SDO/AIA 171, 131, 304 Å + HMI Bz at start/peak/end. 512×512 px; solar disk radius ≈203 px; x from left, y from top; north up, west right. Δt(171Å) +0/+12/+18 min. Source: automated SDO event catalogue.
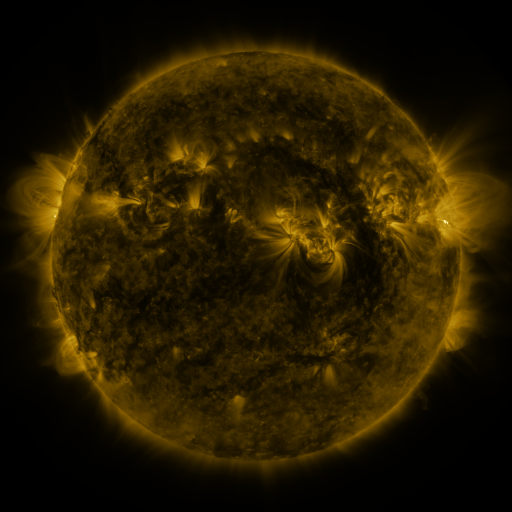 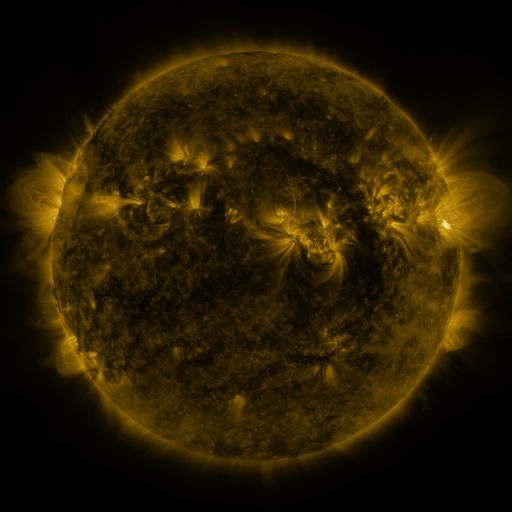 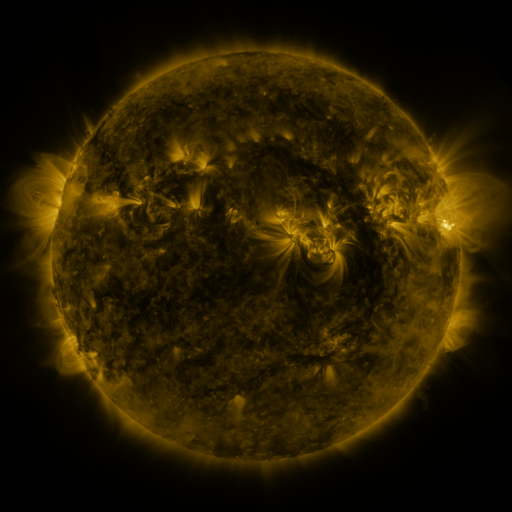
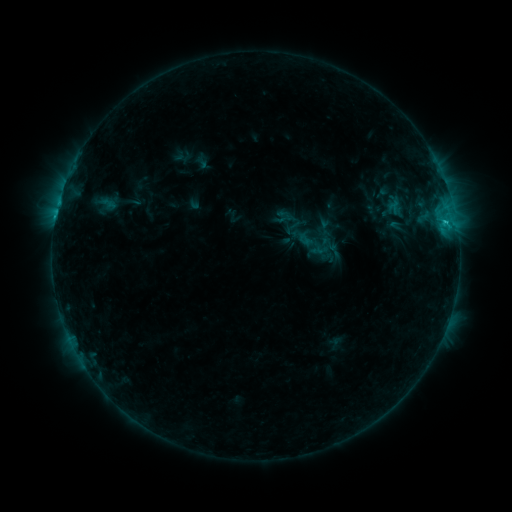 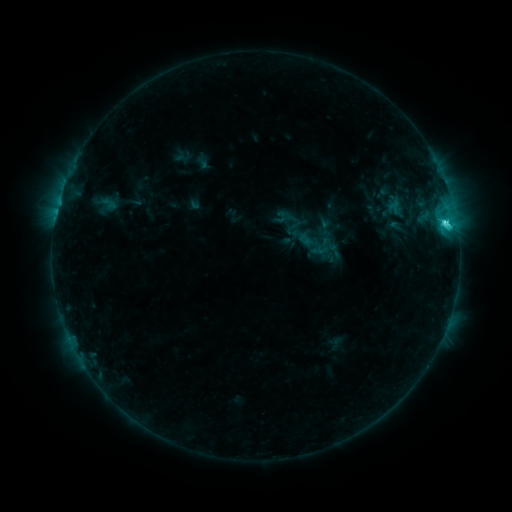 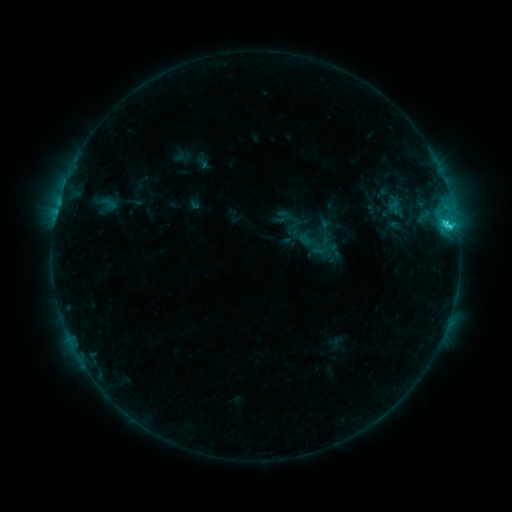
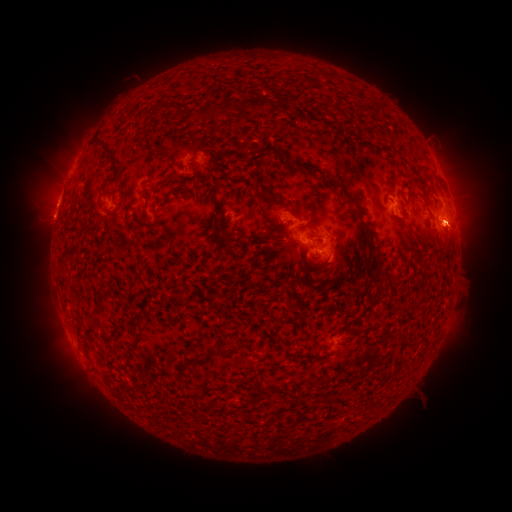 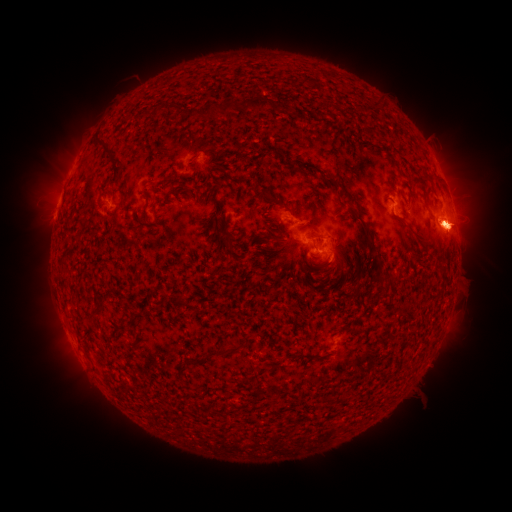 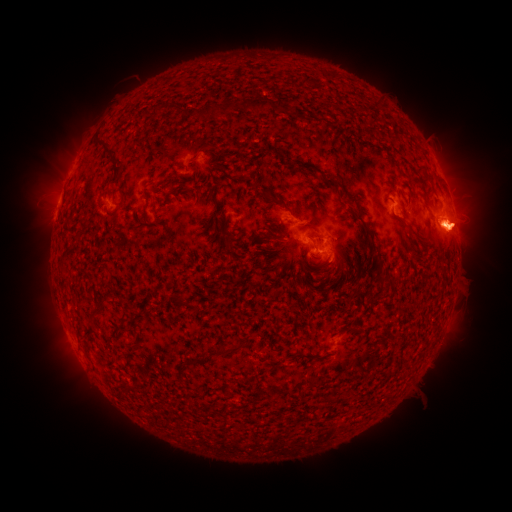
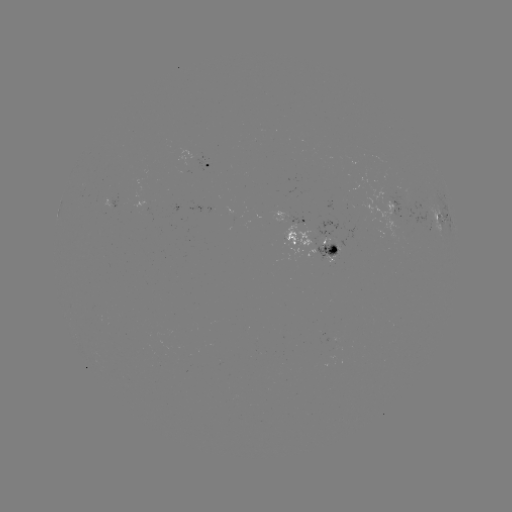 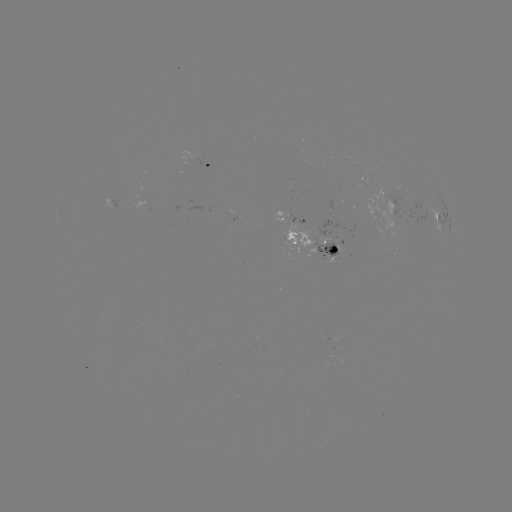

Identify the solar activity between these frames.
C3.0 flare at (444, 226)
